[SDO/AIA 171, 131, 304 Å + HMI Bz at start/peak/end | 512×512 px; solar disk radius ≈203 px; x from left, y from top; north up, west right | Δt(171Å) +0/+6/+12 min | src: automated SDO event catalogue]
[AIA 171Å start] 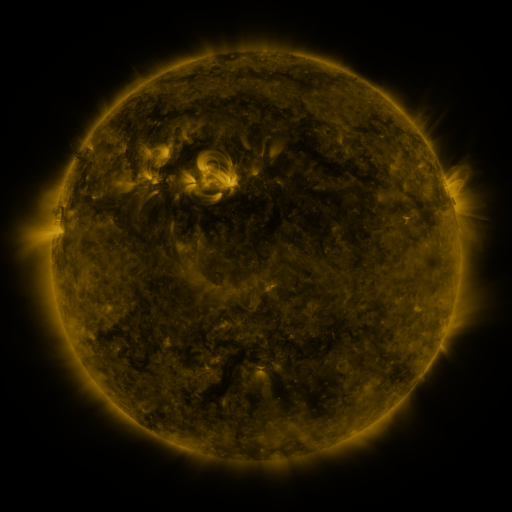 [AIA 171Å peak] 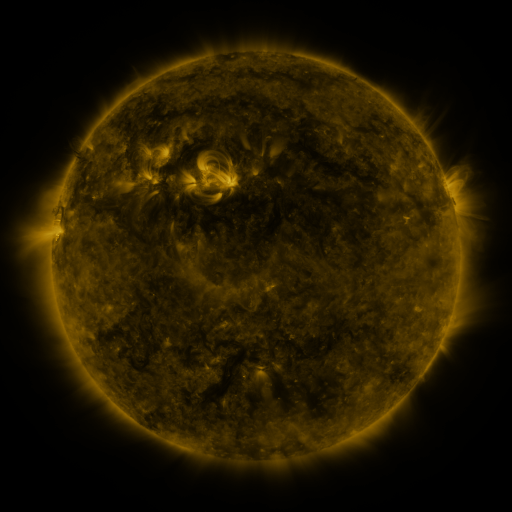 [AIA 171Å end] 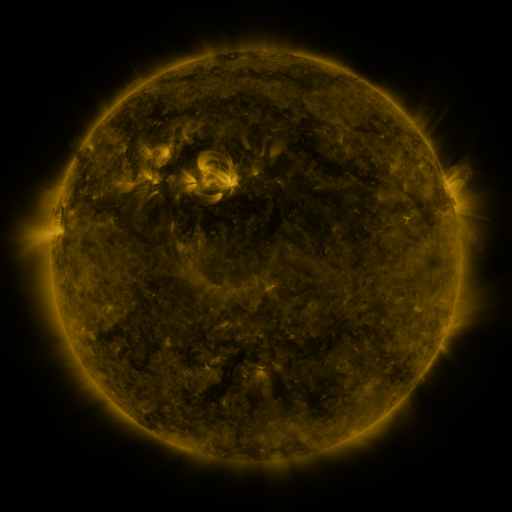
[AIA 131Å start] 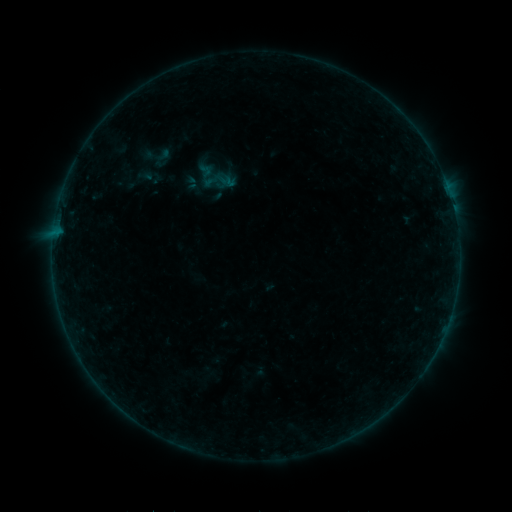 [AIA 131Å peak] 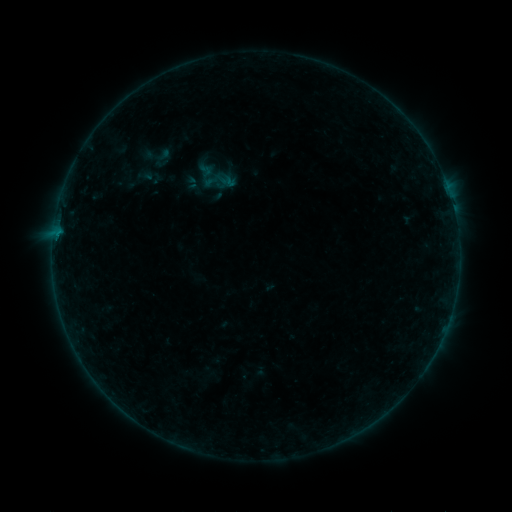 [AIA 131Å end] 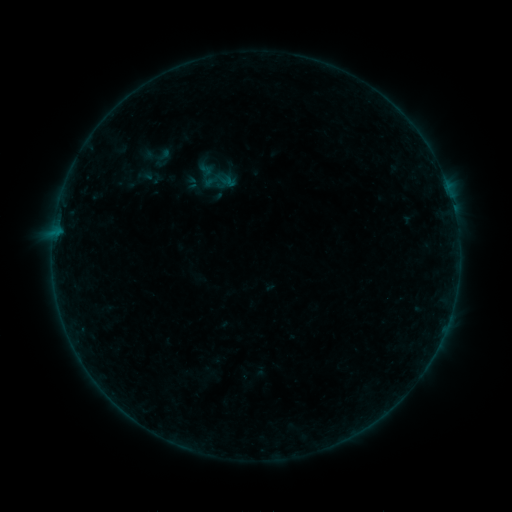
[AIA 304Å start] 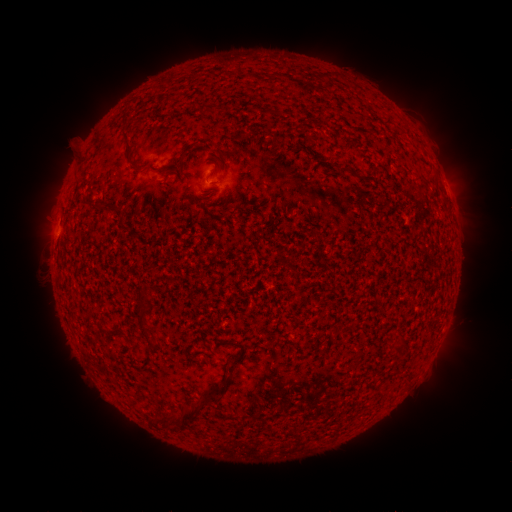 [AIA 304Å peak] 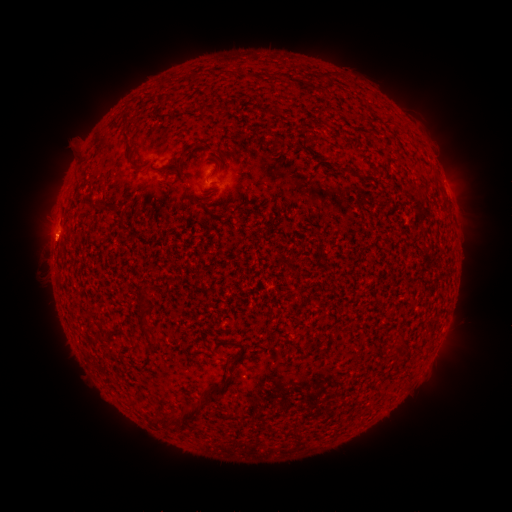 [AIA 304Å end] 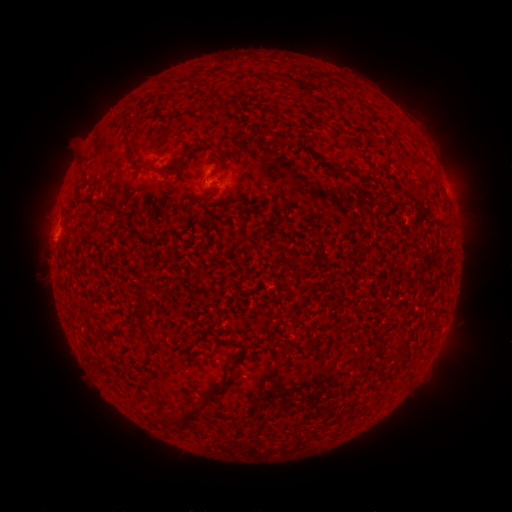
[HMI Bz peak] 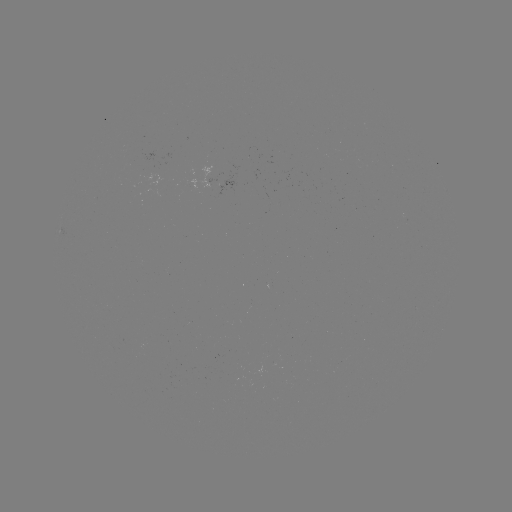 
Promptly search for B1.3 flare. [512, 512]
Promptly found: (57, 240).